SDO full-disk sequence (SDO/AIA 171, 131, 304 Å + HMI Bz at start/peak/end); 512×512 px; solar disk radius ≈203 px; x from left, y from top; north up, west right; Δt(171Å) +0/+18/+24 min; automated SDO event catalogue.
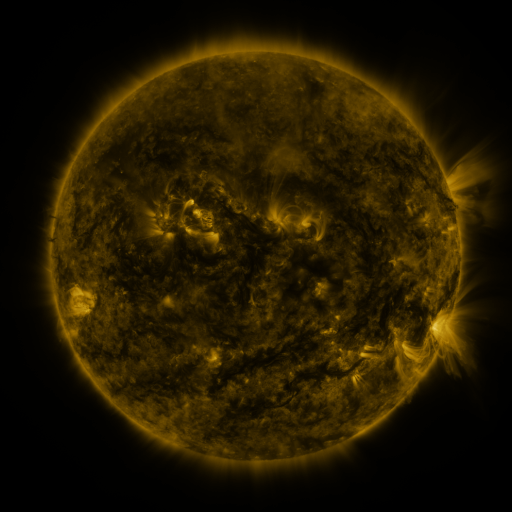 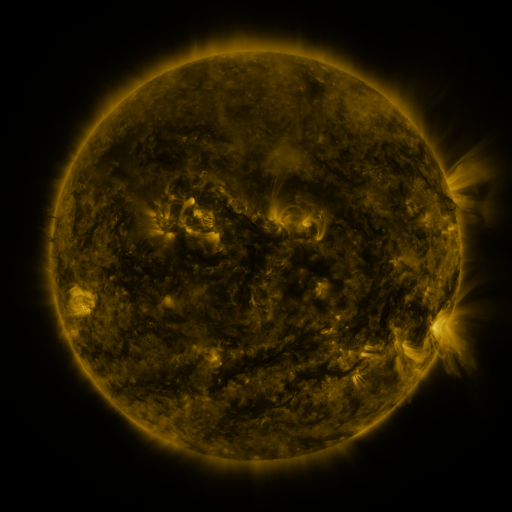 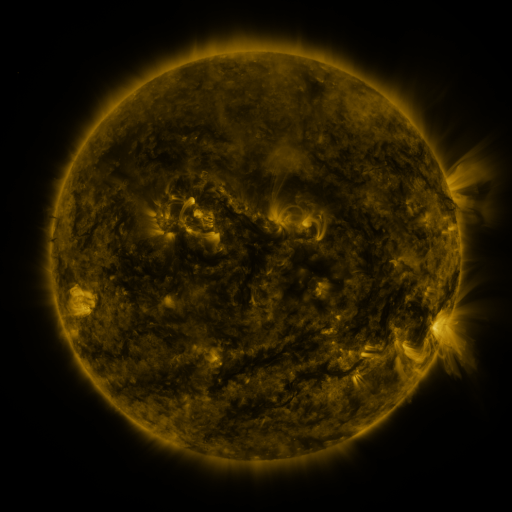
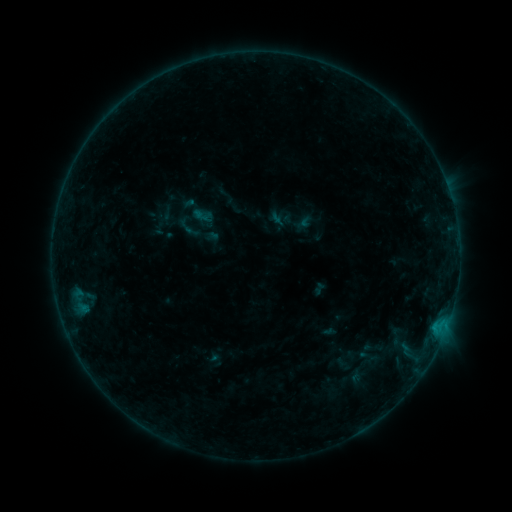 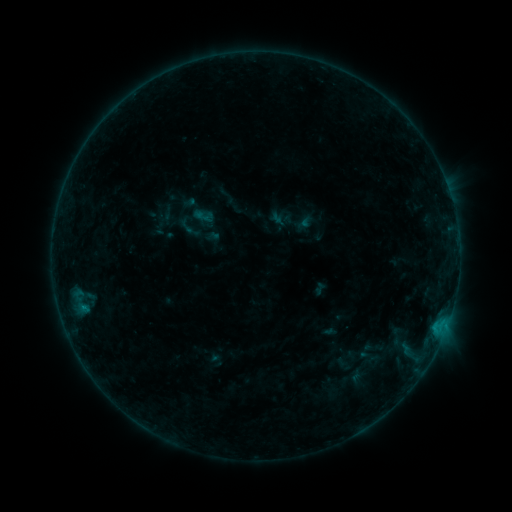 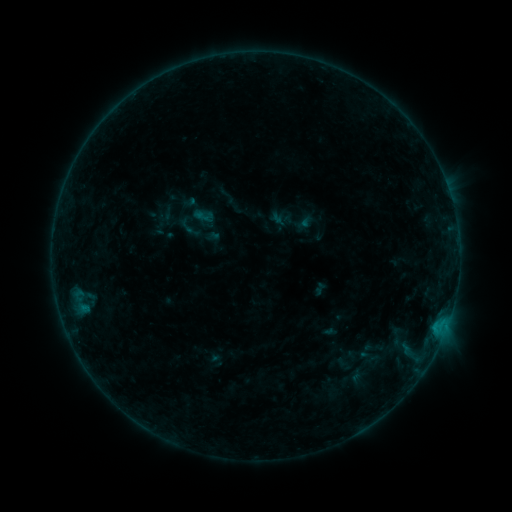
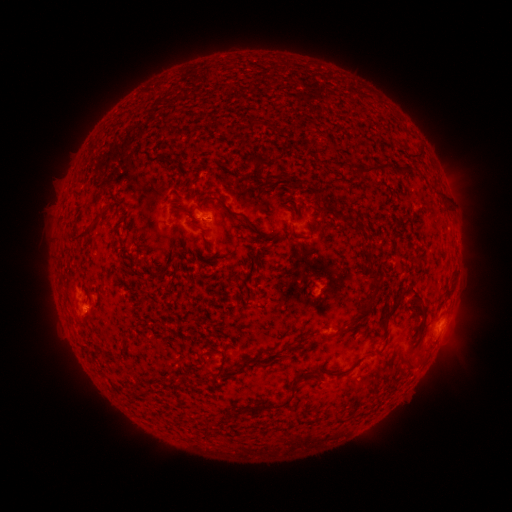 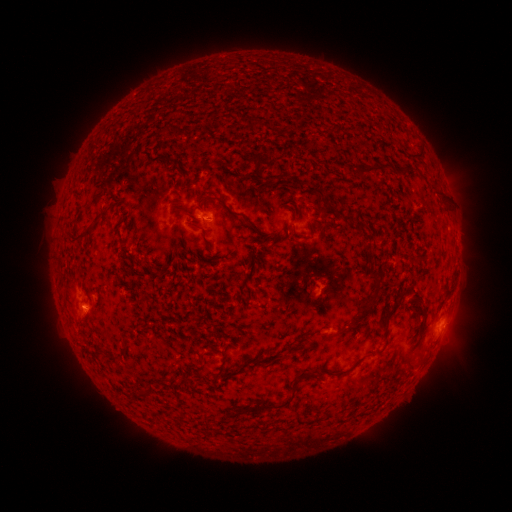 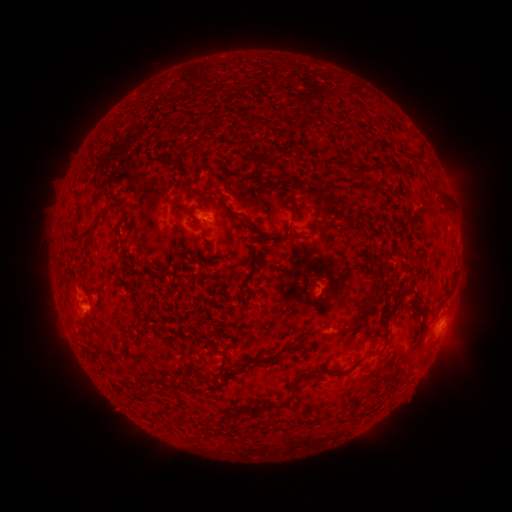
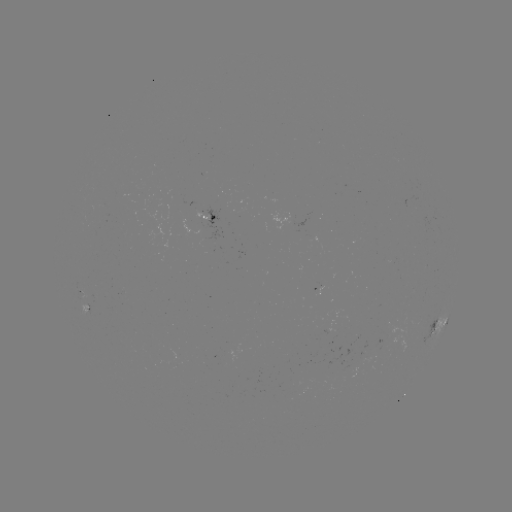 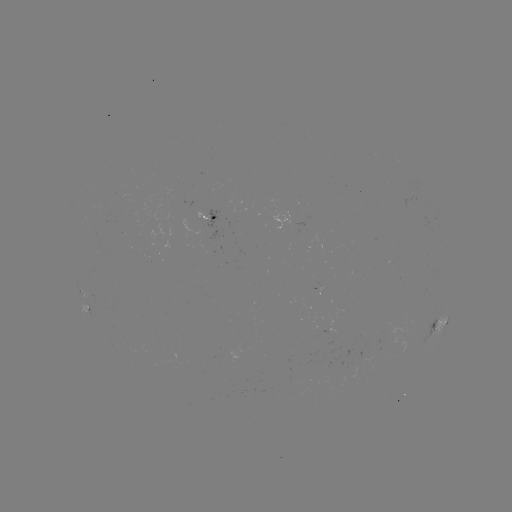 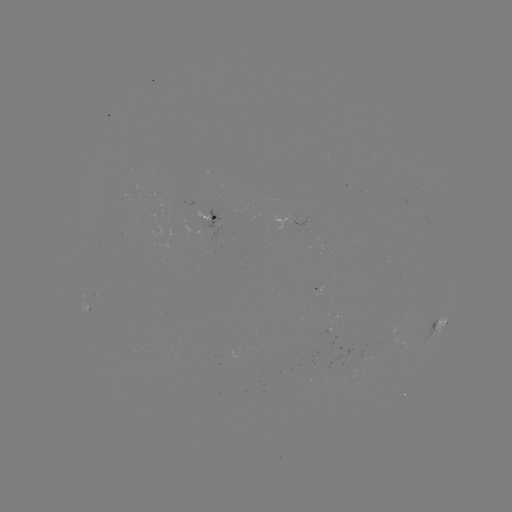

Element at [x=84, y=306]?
B2.9 flare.